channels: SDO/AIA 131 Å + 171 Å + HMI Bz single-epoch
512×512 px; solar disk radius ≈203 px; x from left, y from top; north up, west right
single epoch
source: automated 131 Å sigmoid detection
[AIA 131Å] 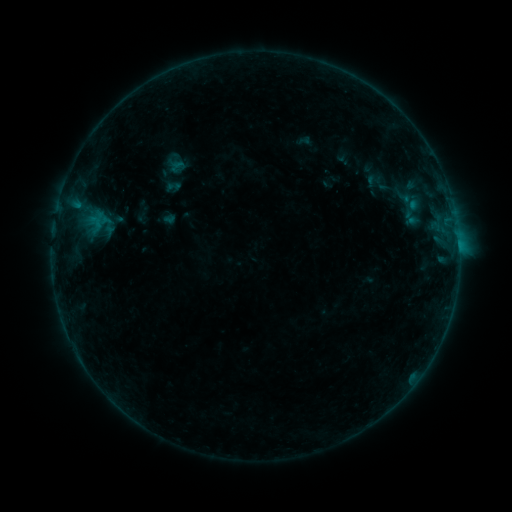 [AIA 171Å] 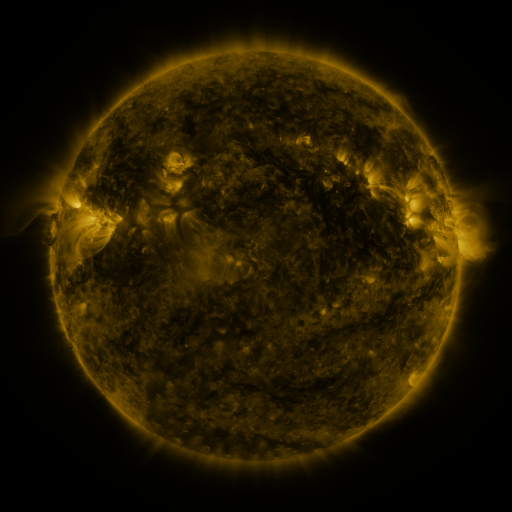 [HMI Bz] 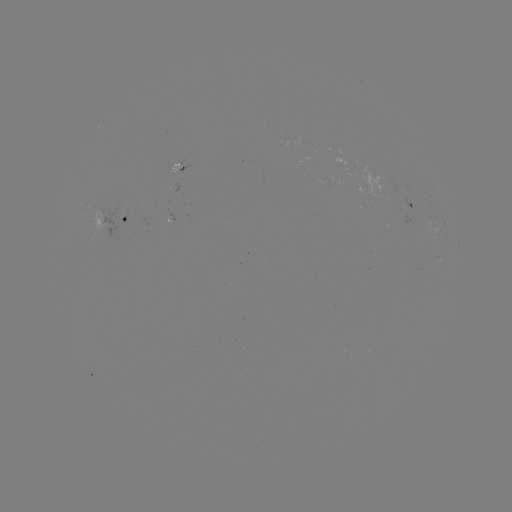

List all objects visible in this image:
sigmoid: [165, 179, 181, 194]
